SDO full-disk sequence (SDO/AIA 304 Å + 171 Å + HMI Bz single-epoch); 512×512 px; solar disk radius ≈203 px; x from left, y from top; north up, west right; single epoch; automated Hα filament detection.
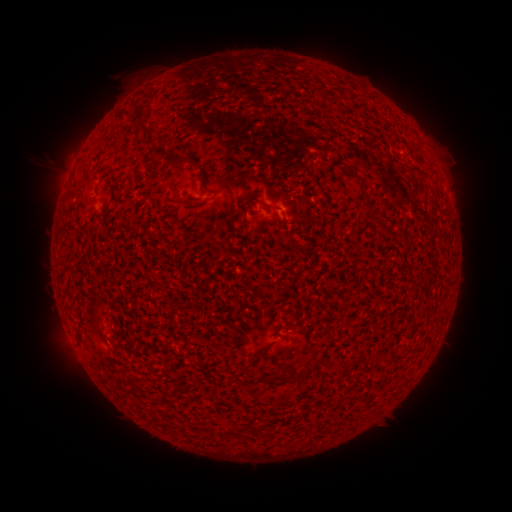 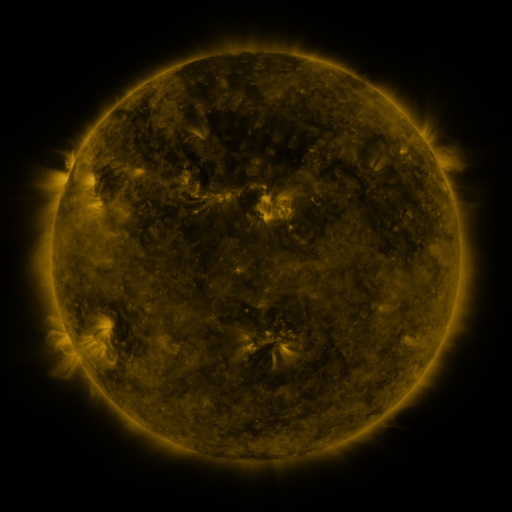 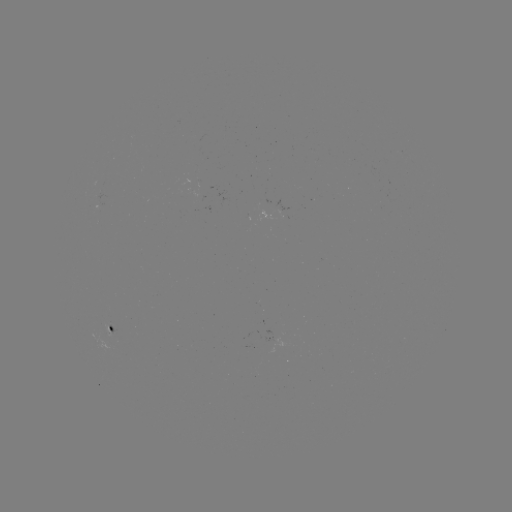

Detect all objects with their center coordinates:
filament: (315, 91)
filament: (139, 112)
filament: (151, 141)
filament: (181, 162)
filament: (367, 201)
filament: (261, 202)
filament: (94, 313)
filament: (79, 334)
filament: (114, 337)
filament: (257, 354)
filament: (294, 375)
filament: (232, 432)
